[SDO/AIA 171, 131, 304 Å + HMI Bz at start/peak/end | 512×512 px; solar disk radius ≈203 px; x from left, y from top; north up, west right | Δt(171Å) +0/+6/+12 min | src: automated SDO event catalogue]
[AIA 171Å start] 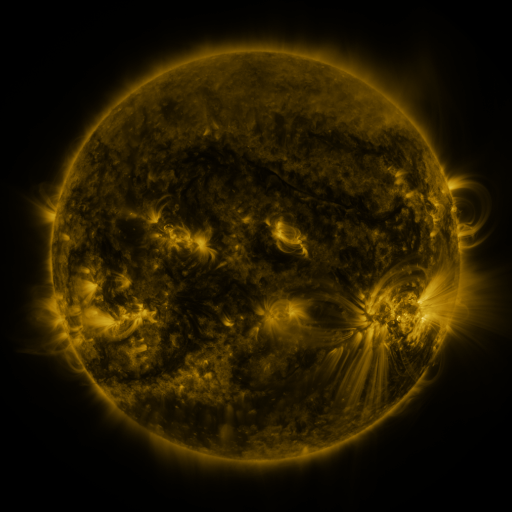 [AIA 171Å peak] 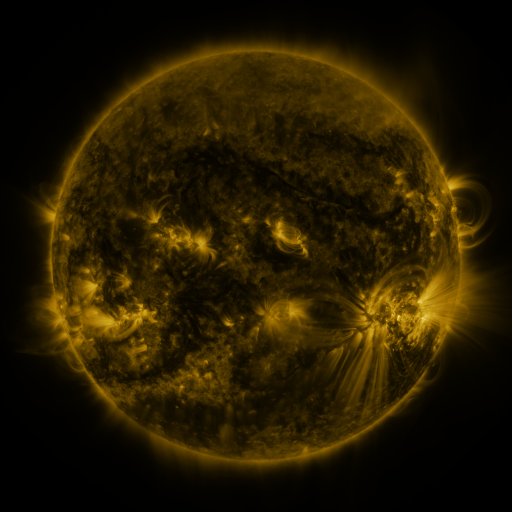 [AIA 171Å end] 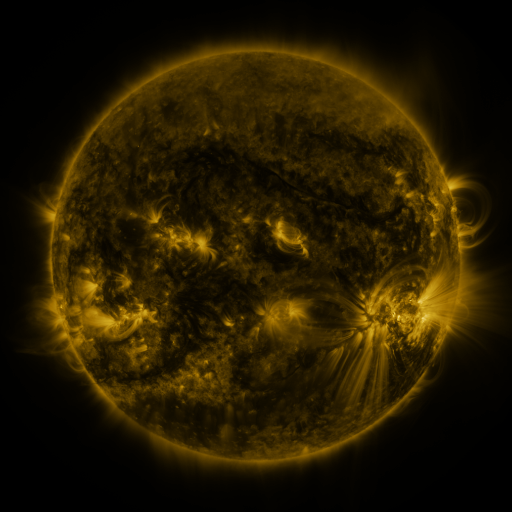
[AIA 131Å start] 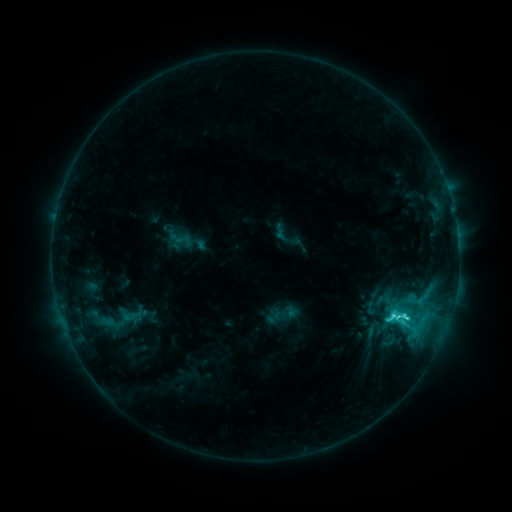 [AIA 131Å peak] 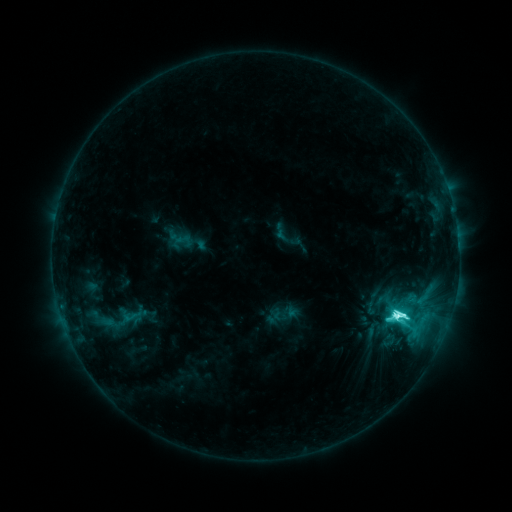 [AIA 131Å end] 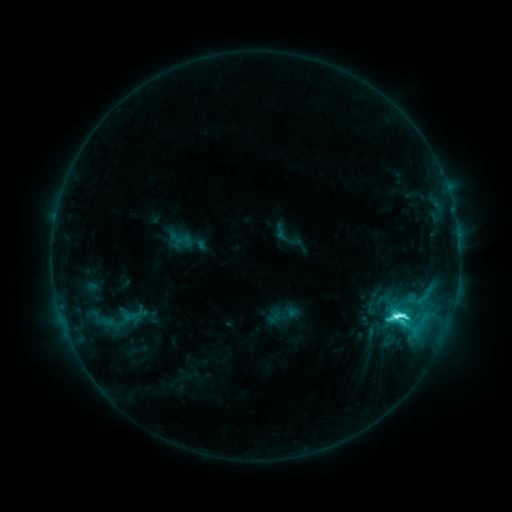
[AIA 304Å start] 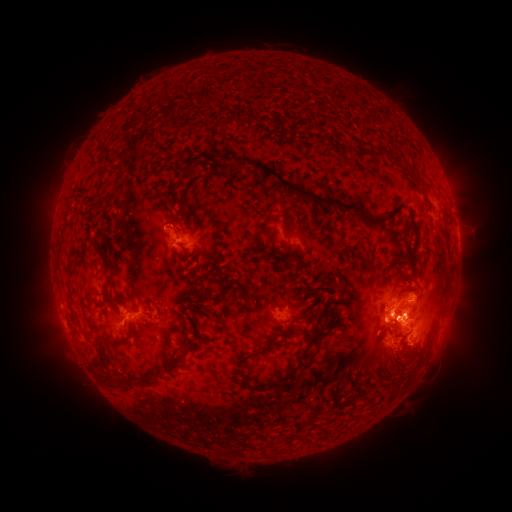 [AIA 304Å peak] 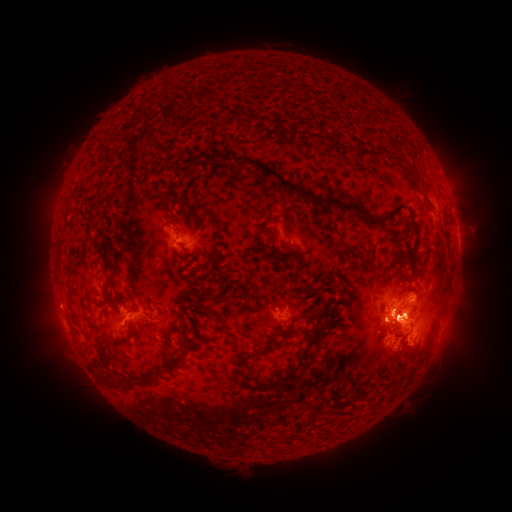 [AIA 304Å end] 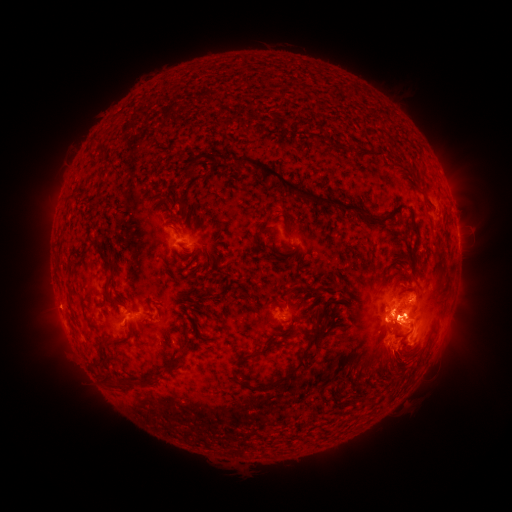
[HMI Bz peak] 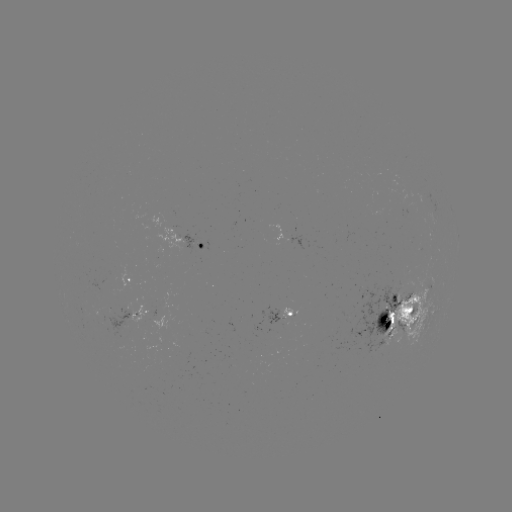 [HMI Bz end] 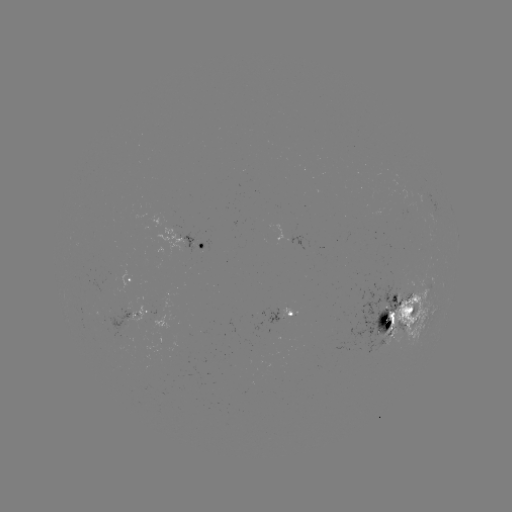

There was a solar flare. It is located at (396, 313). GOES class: M1.3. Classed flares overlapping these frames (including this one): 1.